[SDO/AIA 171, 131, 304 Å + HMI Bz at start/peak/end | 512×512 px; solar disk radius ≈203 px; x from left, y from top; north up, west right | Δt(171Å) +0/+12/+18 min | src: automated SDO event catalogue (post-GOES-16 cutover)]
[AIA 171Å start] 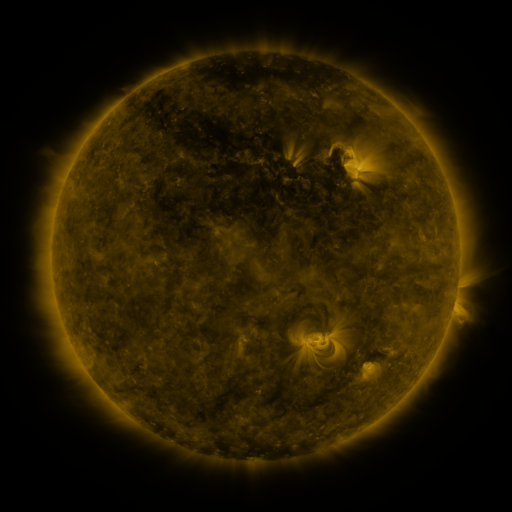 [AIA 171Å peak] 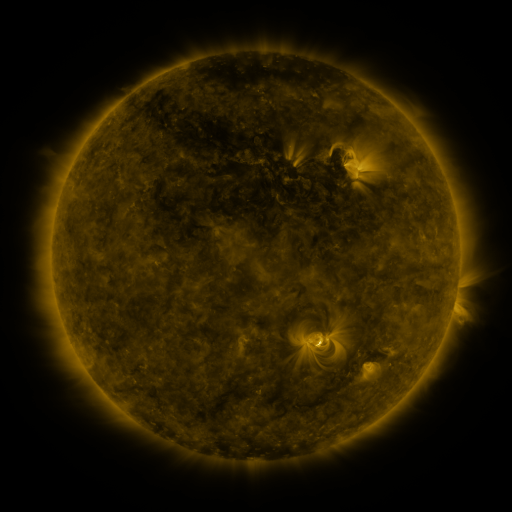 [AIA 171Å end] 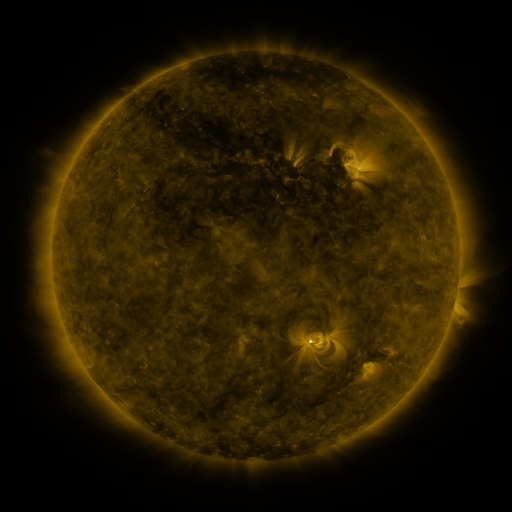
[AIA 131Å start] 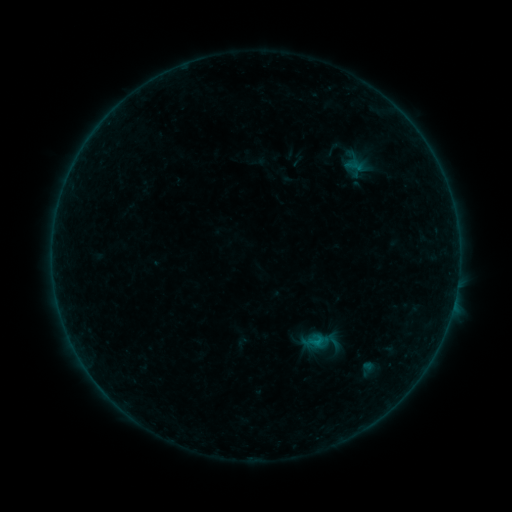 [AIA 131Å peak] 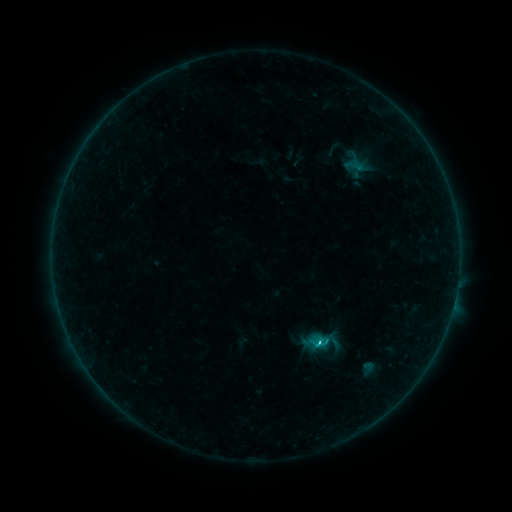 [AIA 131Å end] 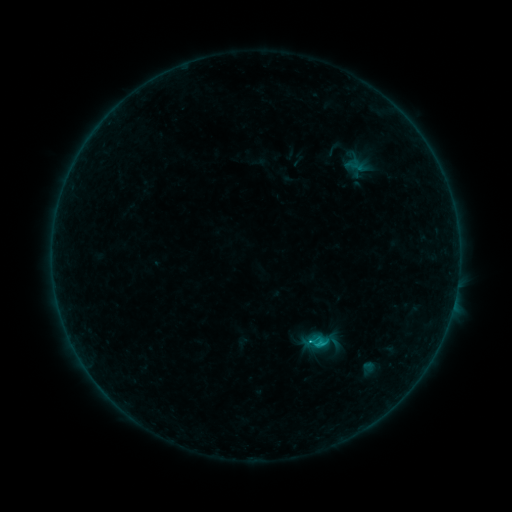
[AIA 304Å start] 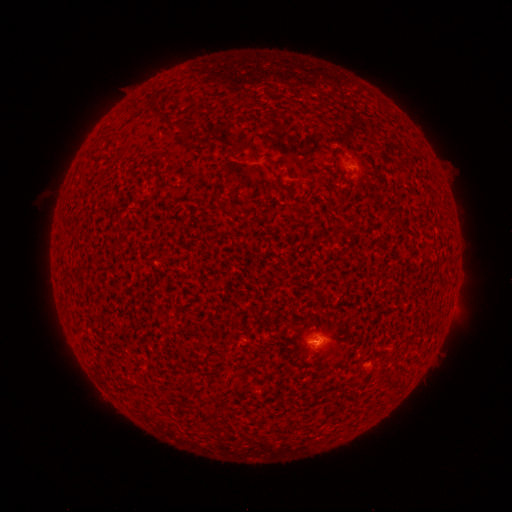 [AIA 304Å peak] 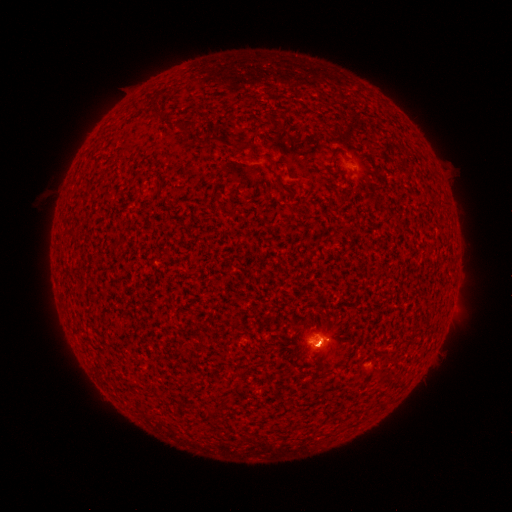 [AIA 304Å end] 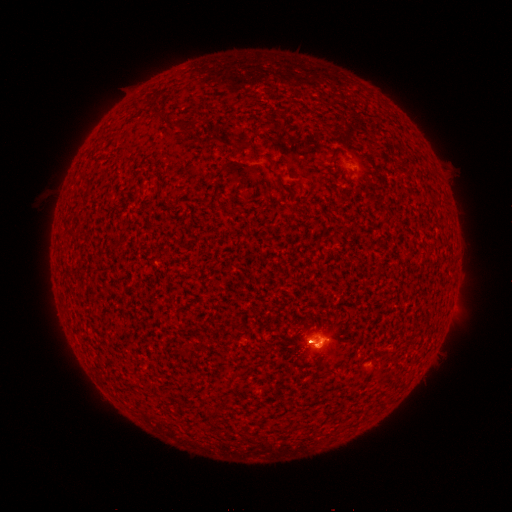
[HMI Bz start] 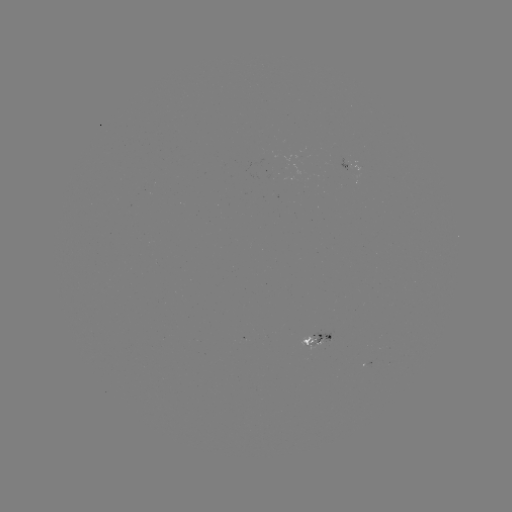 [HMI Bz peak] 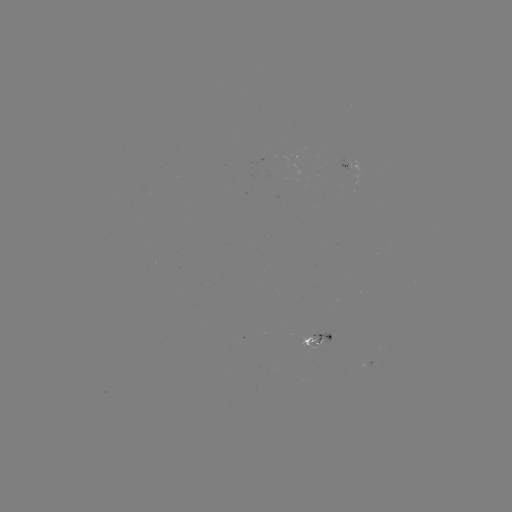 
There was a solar flare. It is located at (318, 340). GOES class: C1.4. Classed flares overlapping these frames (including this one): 1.